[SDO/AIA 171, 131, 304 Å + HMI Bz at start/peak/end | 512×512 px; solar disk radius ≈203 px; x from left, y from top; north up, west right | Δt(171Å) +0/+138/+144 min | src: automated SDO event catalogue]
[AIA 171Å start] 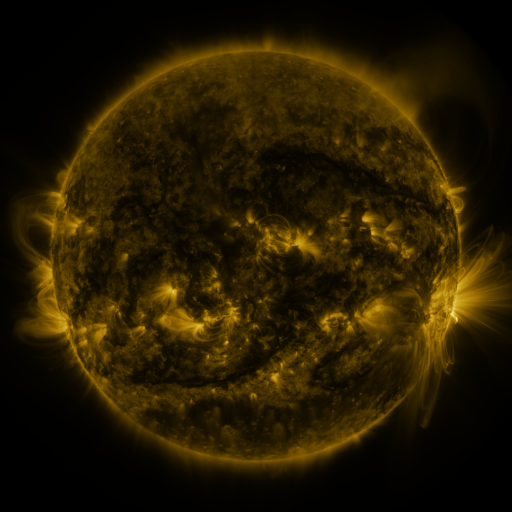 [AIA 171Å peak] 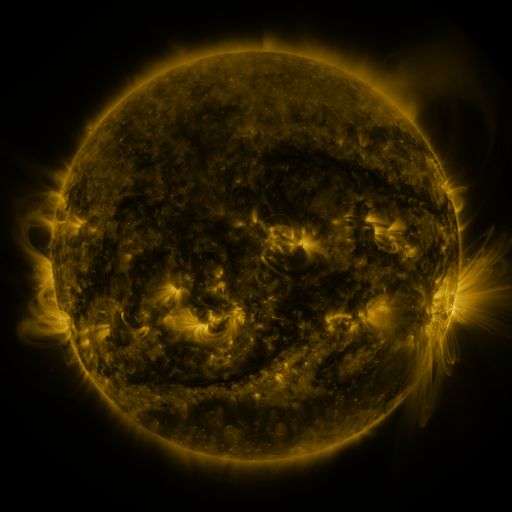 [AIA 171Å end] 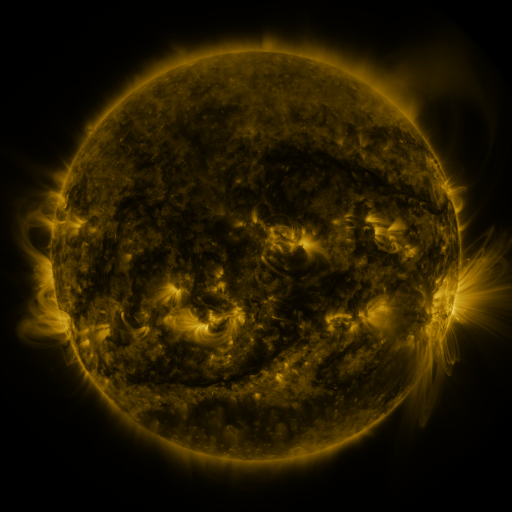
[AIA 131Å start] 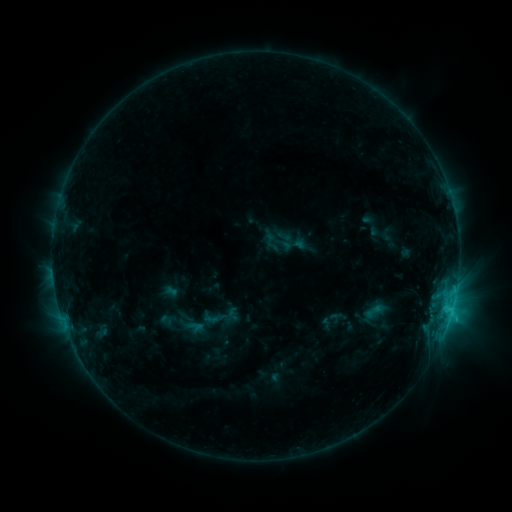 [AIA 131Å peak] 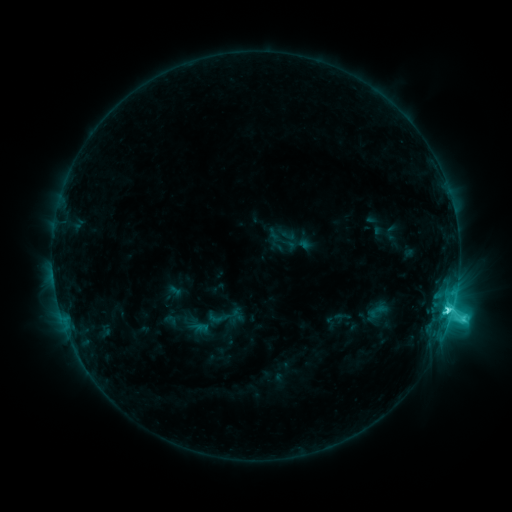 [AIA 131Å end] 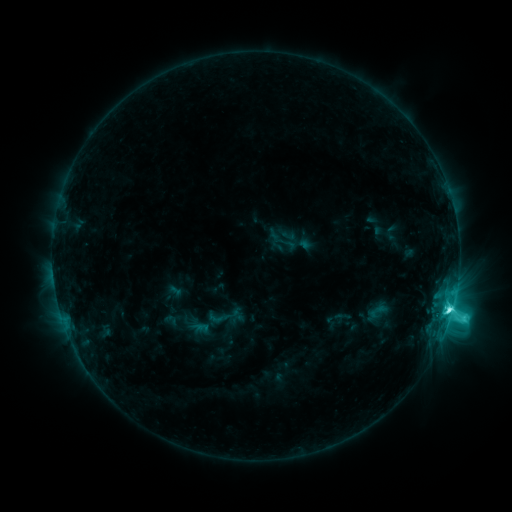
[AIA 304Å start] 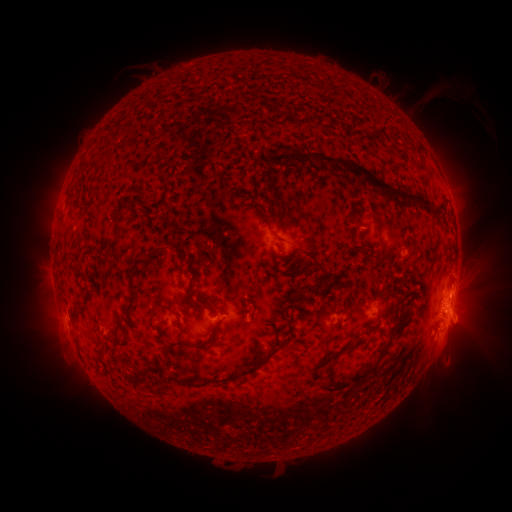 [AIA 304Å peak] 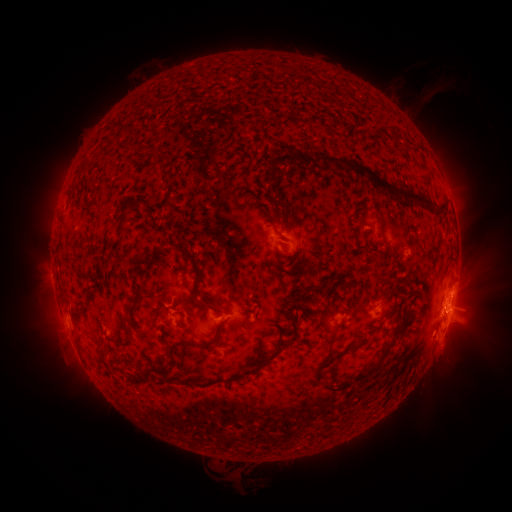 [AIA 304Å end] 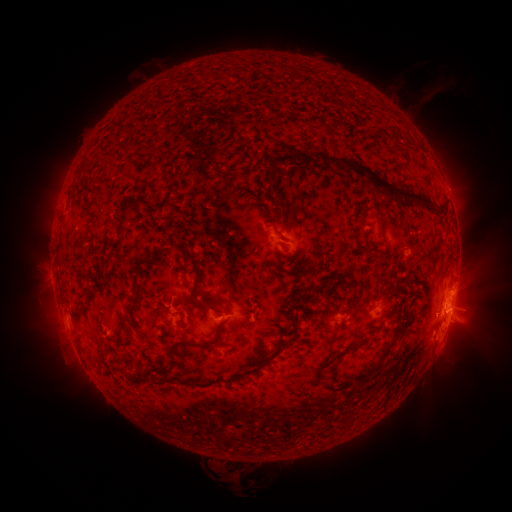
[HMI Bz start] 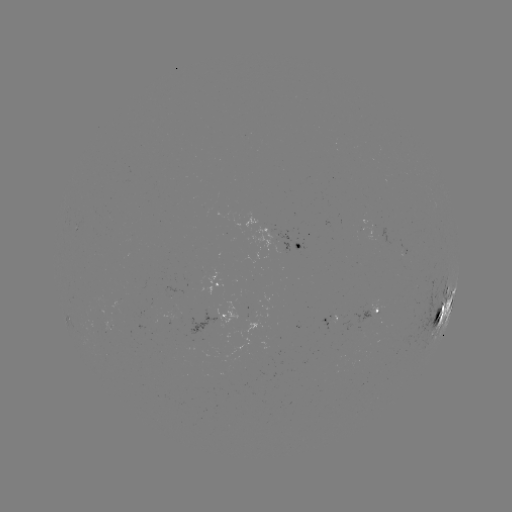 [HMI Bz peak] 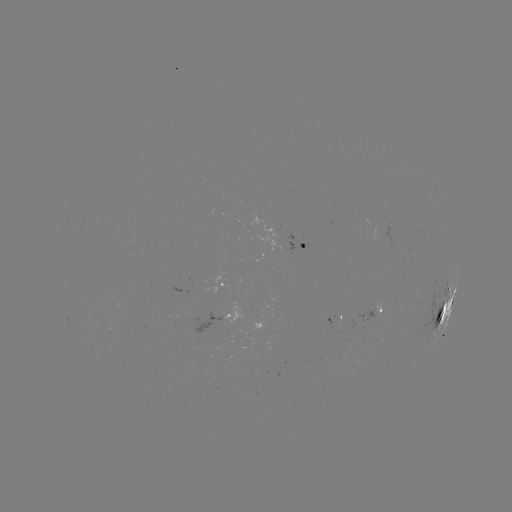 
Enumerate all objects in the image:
M1.0 flare: (448, 308)
